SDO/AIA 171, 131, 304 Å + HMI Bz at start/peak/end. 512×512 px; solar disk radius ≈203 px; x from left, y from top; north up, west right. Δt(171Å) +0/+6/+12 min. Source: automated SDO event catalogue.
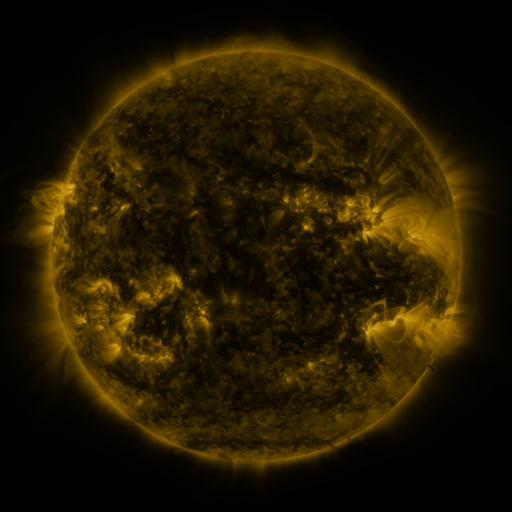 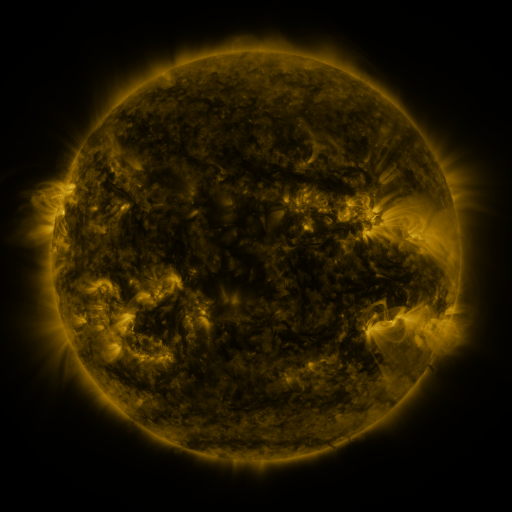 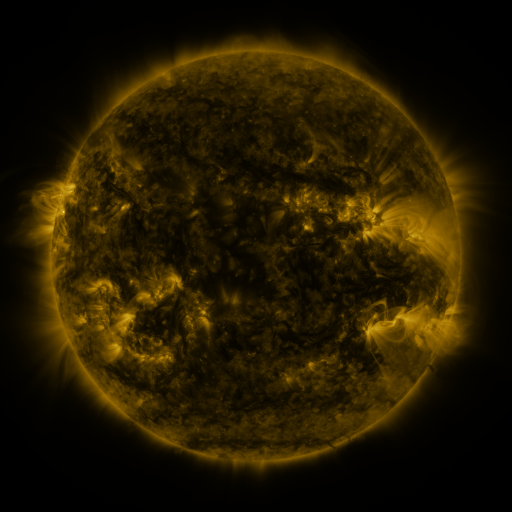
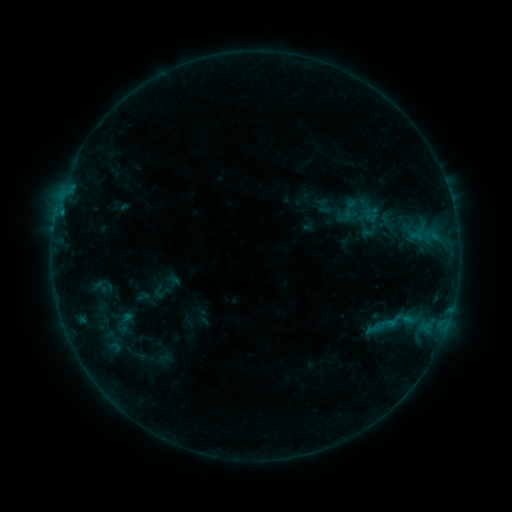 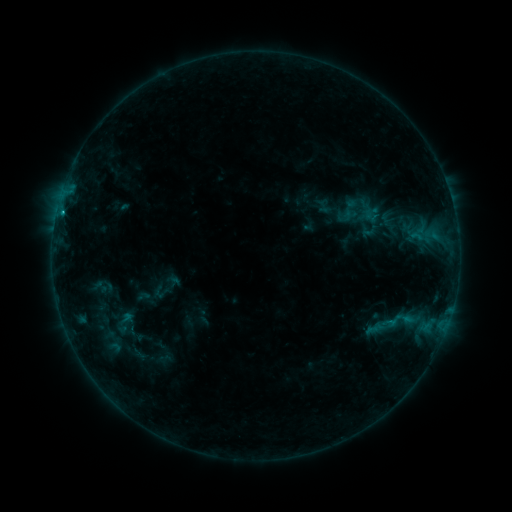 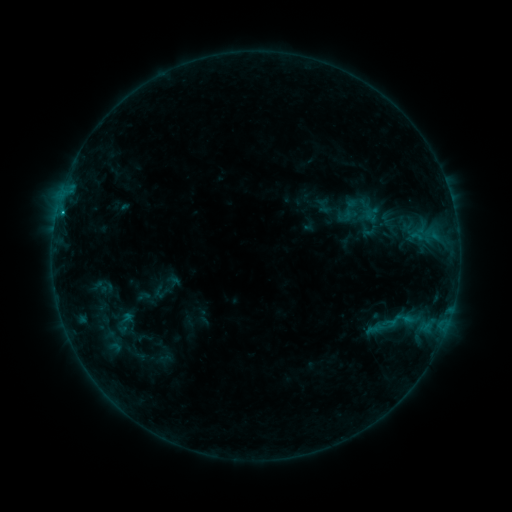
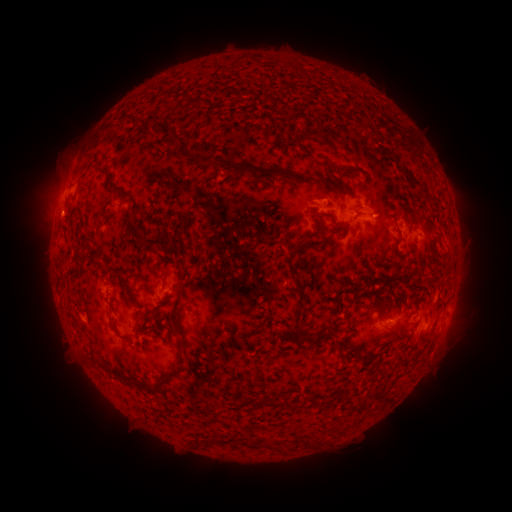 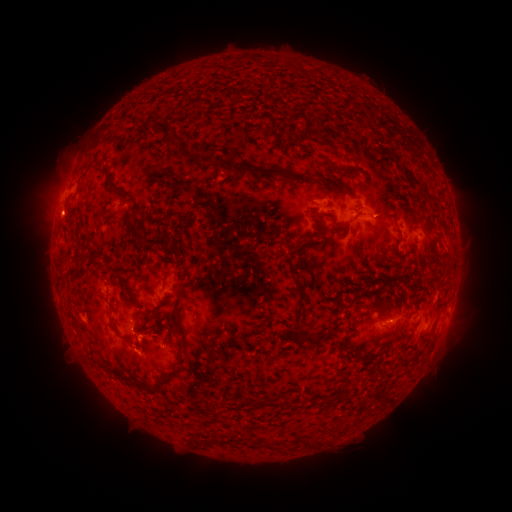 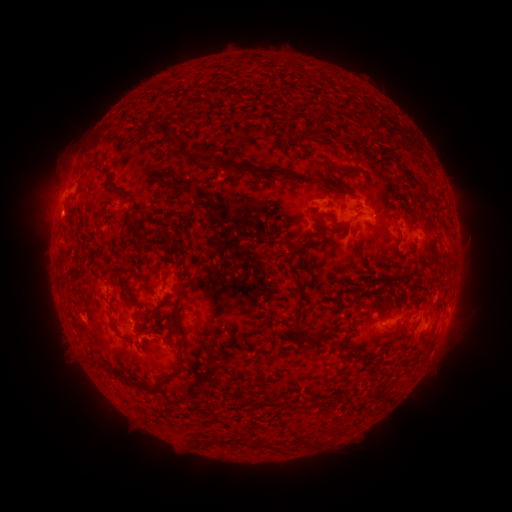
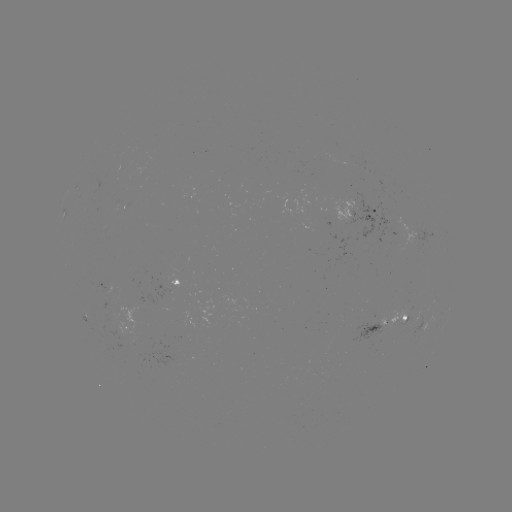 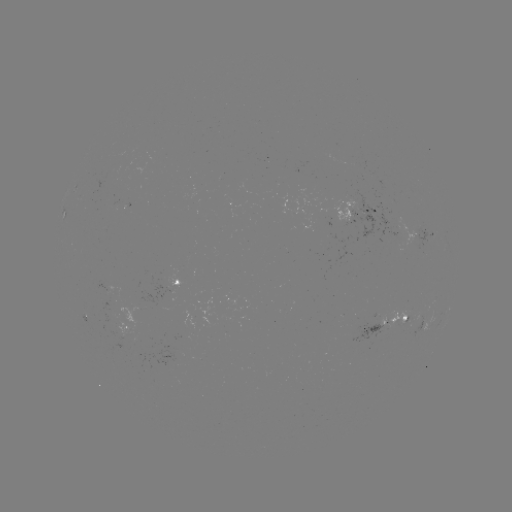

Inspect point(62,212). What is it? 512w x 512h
B8.6 flare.